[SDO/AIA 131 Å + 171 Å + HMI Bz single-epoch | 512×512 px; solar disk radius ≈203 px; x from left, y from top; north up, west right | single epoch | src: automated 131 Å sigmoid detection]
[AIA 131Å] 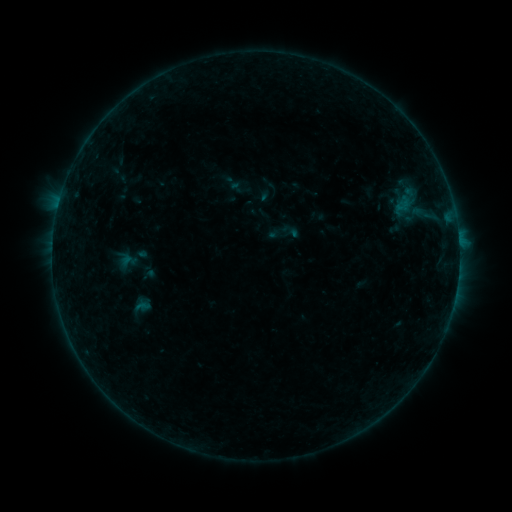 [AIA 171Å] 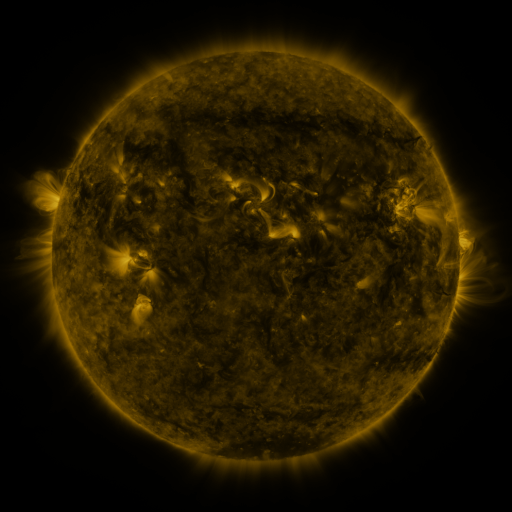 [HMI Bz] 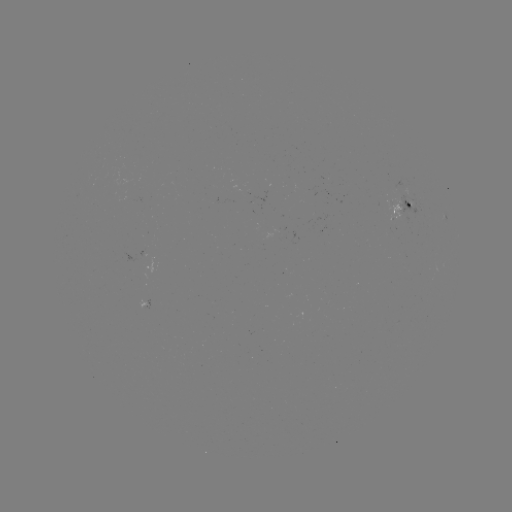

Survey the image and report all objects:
sigmoid: (405, 194)
sigmoid: (128, 260)
